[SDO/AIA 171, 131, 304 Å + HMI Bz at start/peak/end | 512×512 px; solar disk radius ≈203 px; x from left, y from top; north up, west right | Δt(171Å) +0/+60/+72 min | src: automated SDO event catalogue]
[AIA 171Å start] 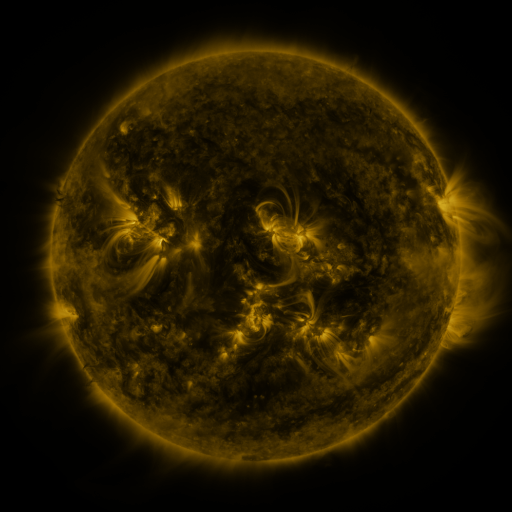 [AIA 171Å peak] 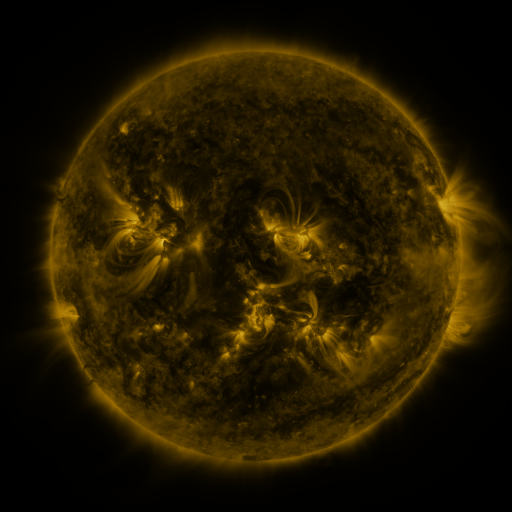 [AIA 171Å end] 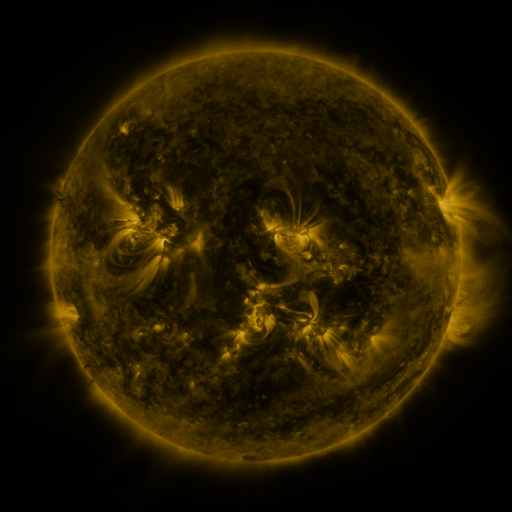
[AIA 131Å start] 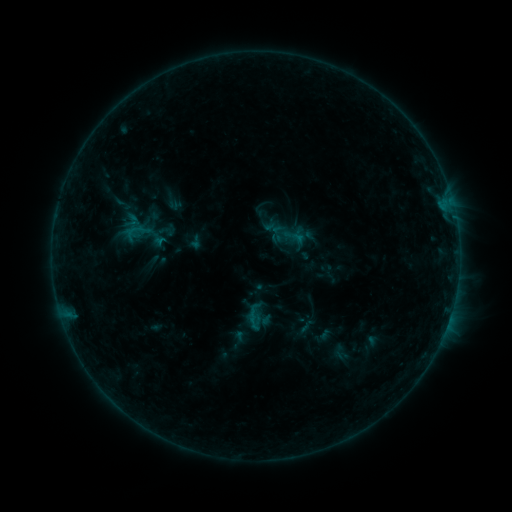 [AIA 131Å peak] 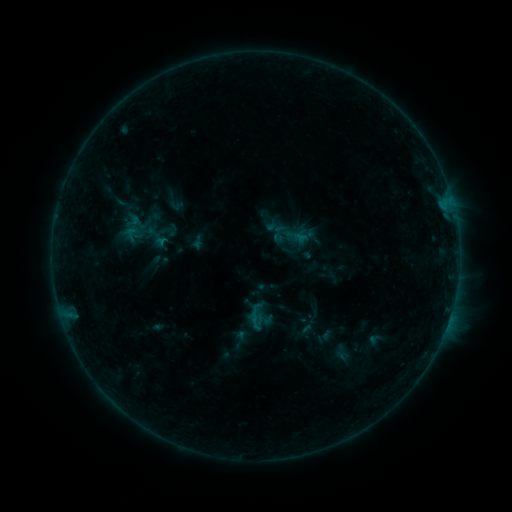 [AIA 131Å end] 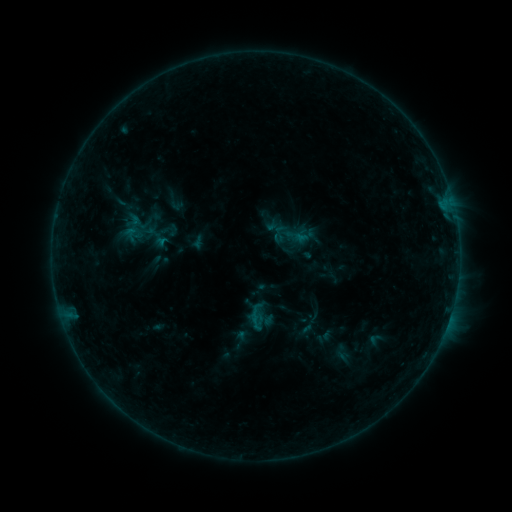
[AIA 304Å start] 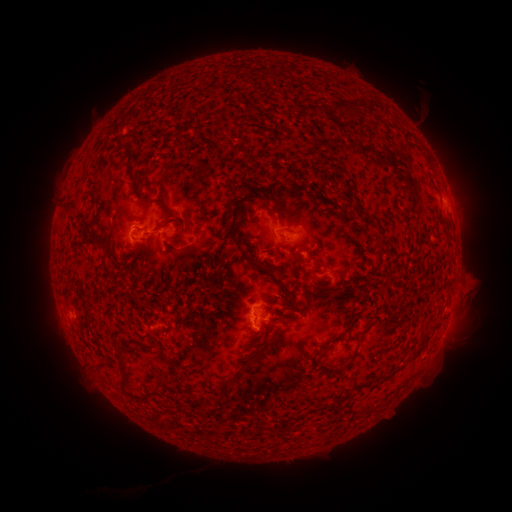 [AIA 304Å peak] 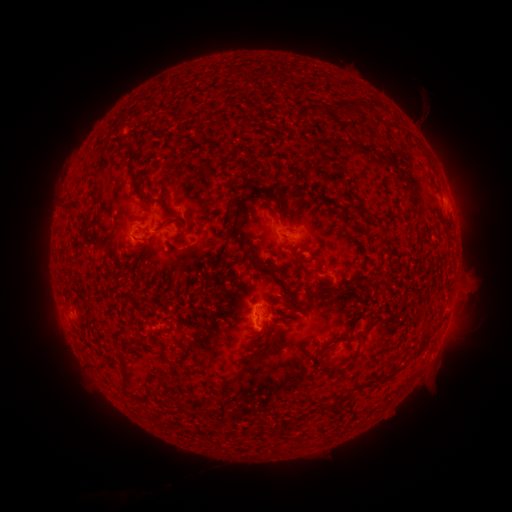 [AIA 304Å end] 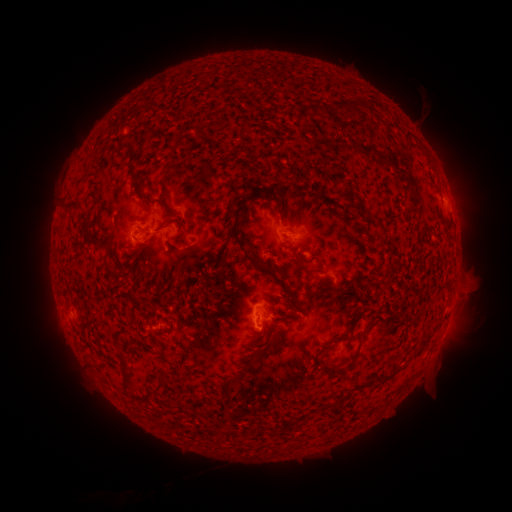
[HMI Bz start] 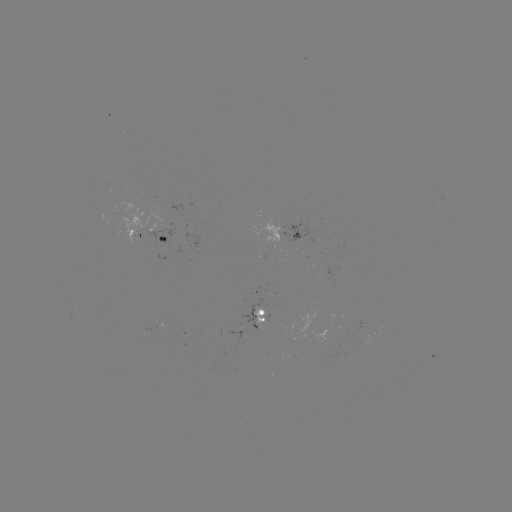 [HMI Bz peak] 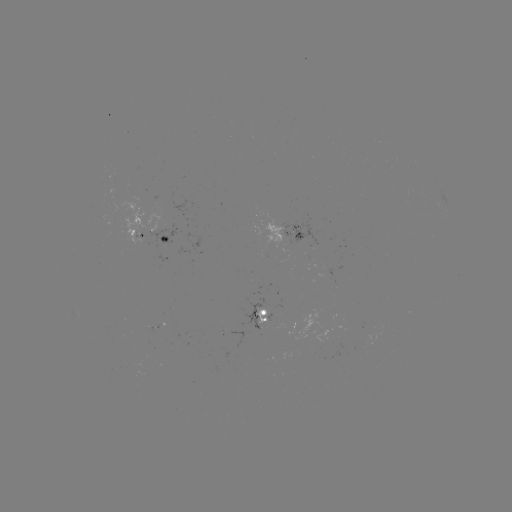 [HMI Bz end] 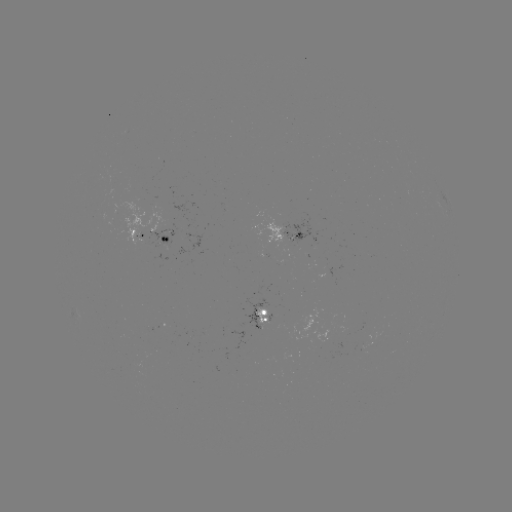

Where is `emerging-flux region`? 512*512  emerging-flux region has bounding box [154, 239, 160, 249].